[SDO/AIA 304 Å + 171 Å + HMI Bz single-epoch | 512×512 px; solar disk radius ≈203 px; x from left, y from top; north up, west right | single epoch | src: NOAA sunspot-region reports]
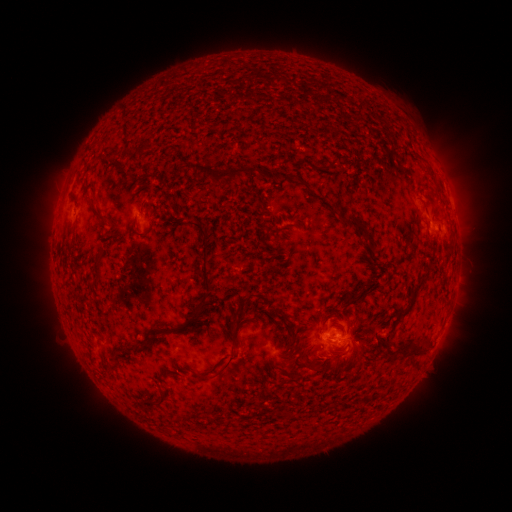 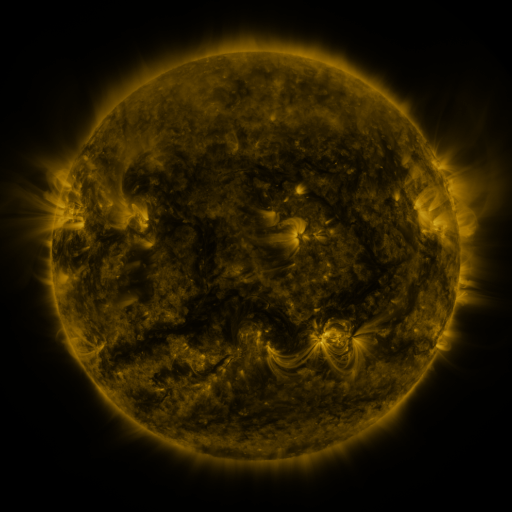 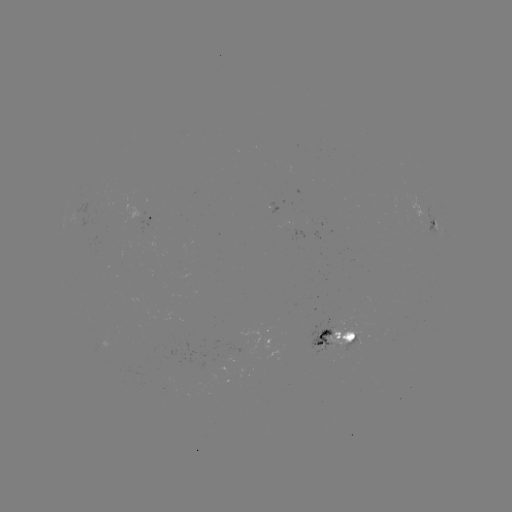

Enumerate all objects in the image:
spotted active region: (447, 192)
spotted active region: (148, 221)
spotted active region: (434, 223)
spotted active region: (335, 334)
